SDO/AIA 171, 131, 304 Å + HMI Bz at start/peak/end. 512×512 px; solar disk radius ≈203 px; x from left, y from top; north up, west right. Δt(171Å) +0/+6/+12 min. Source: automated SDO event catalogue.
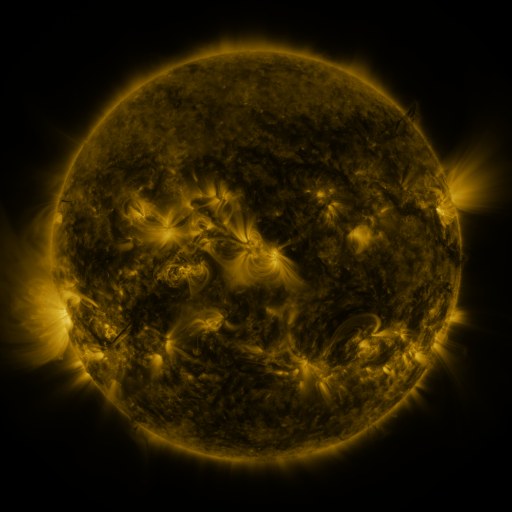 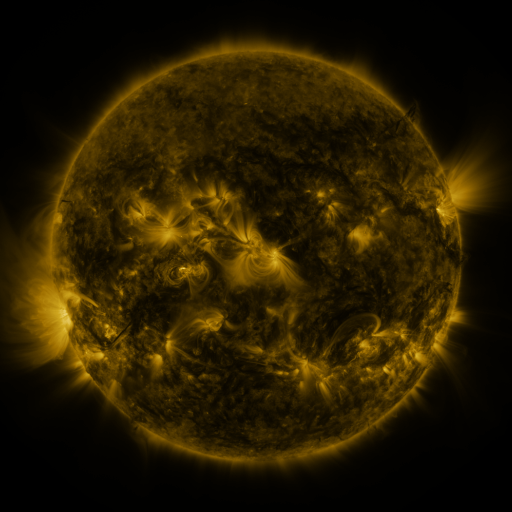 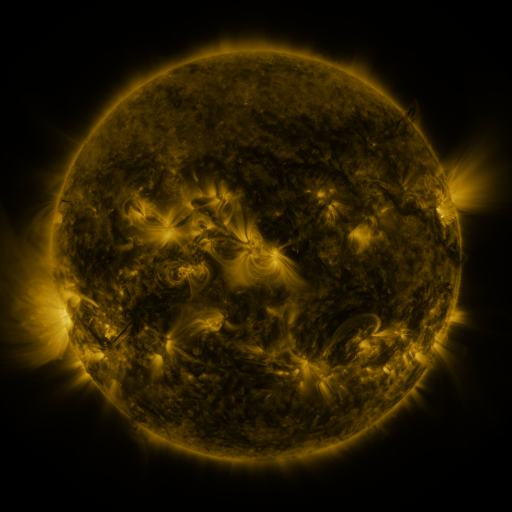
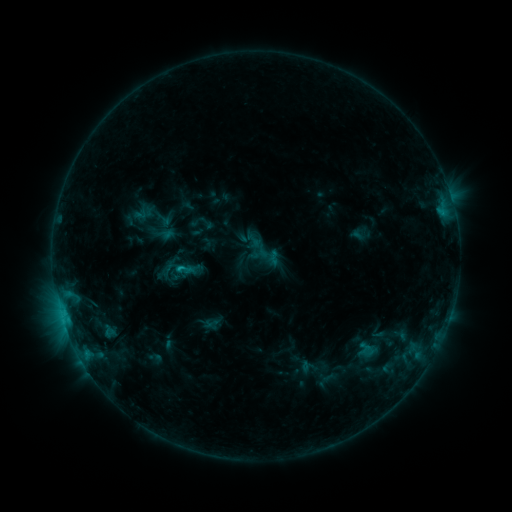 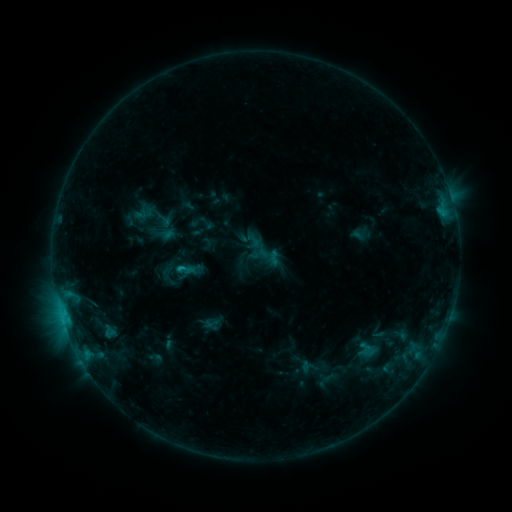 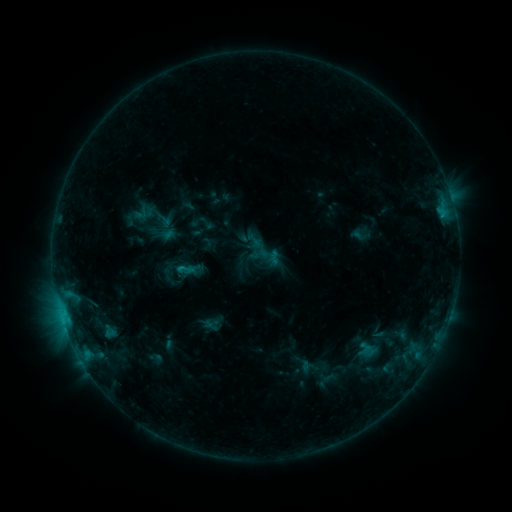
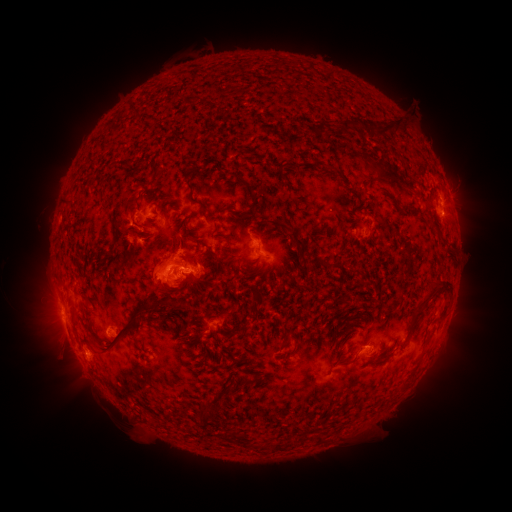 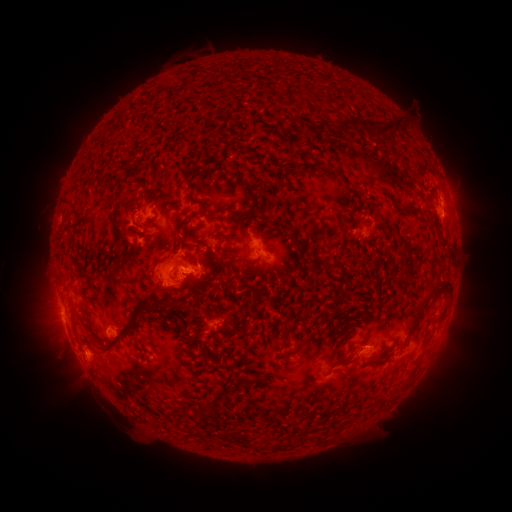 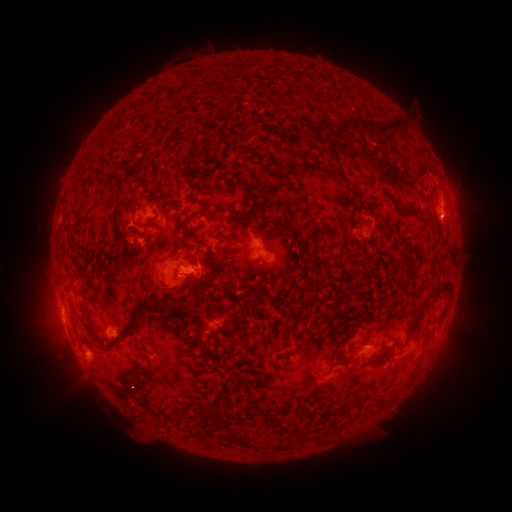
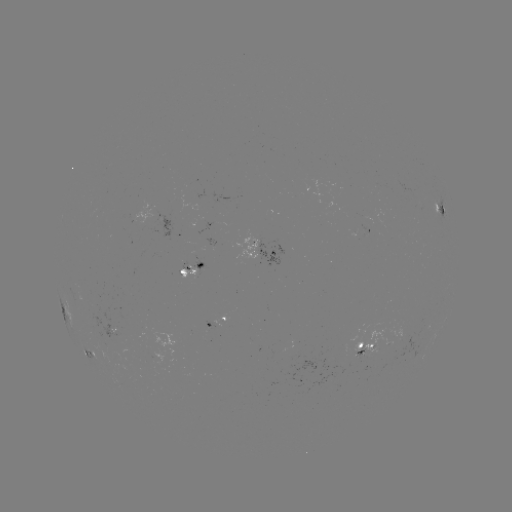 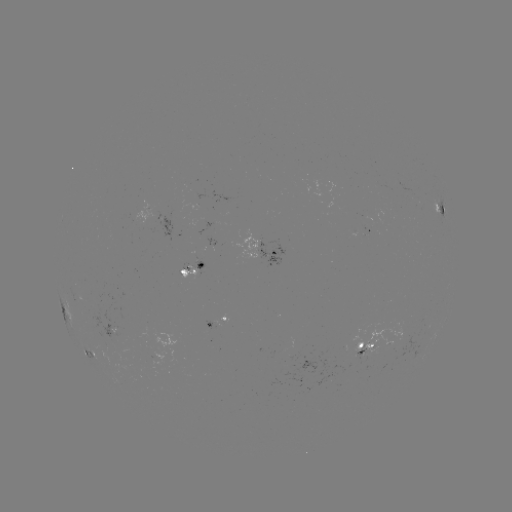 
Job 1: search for eruption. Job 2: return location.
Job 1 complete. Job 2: [165, 286].